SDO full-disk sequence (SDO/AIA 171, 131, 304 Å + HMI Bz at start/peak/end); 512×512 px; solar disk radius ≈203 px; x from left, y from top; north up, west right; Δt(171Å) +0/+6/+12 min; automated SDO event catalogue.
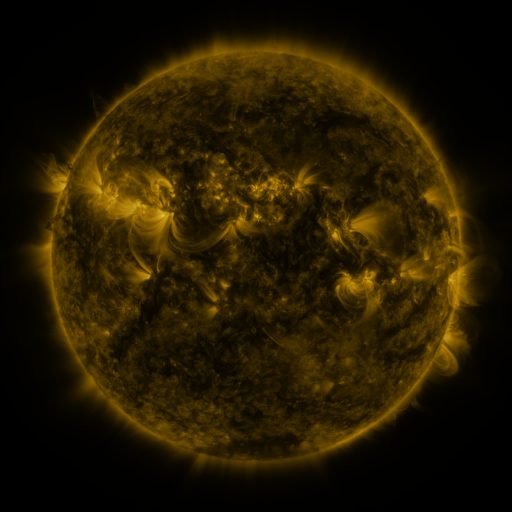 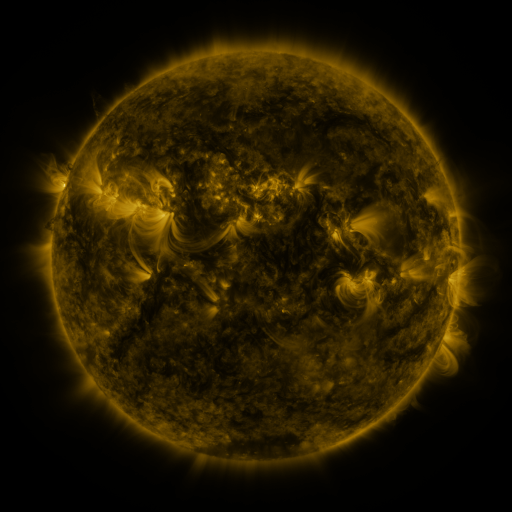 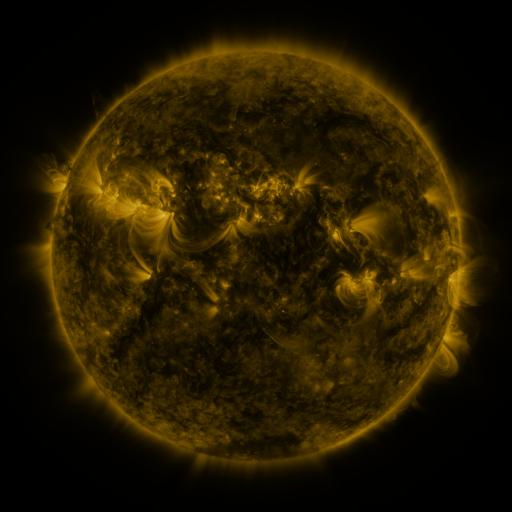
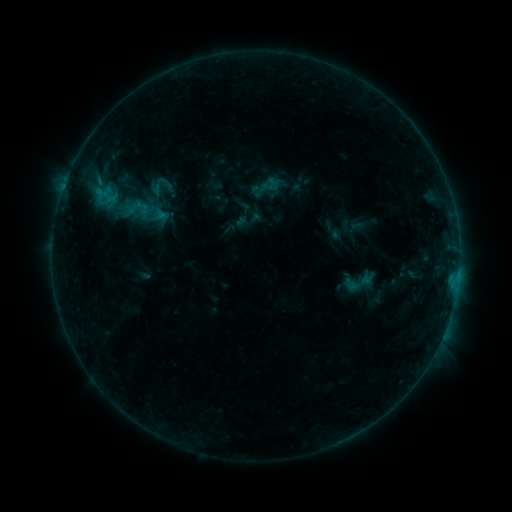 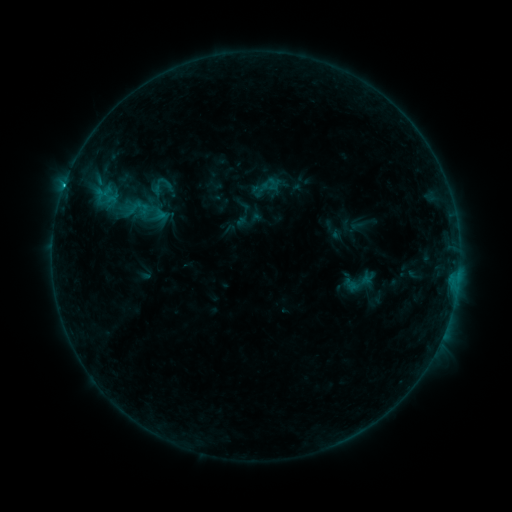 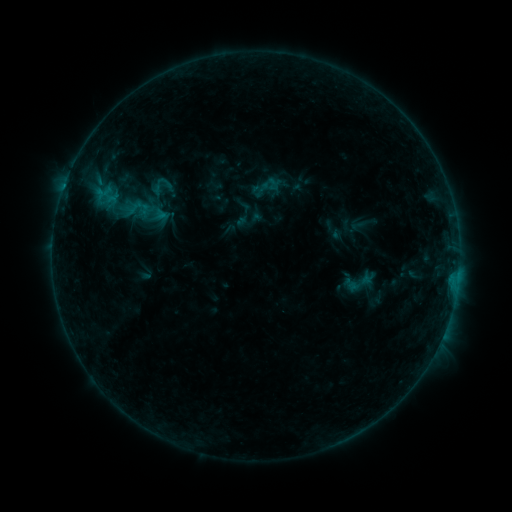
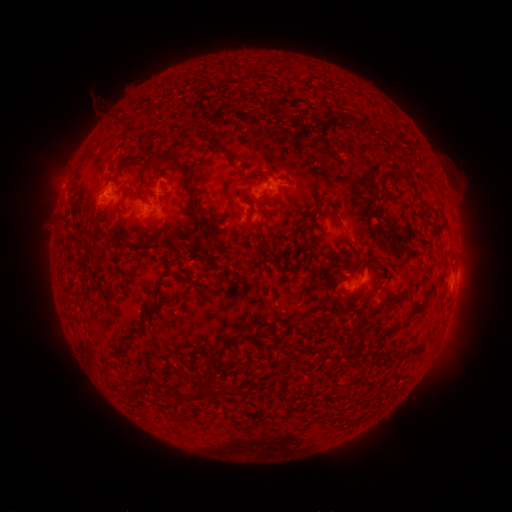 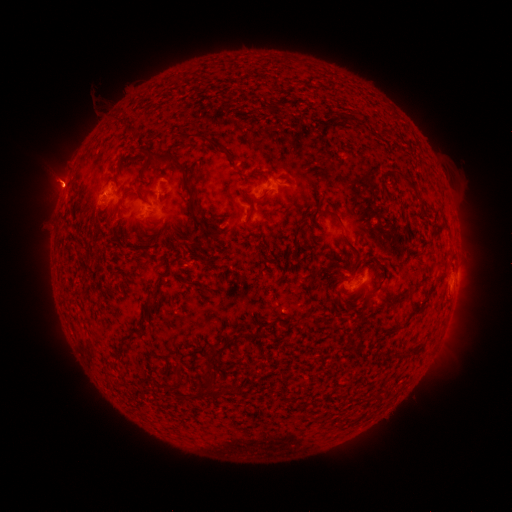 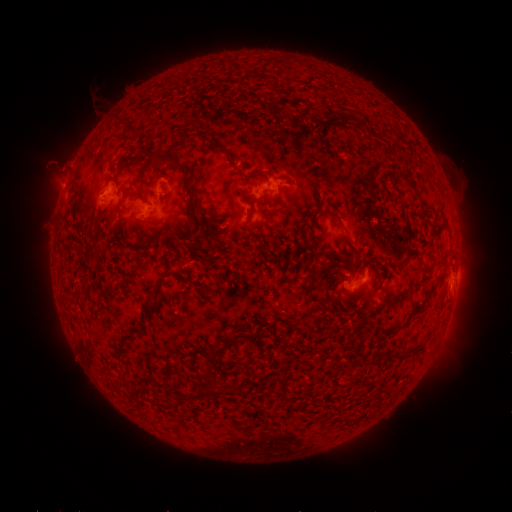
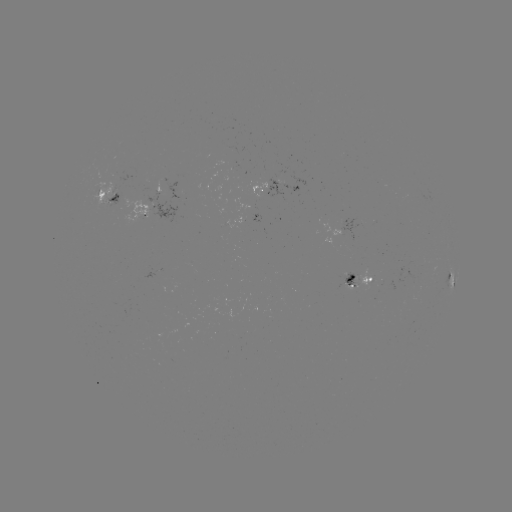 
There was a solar flare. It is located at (64, 189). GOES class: B6.4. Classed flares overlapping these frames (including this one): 1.